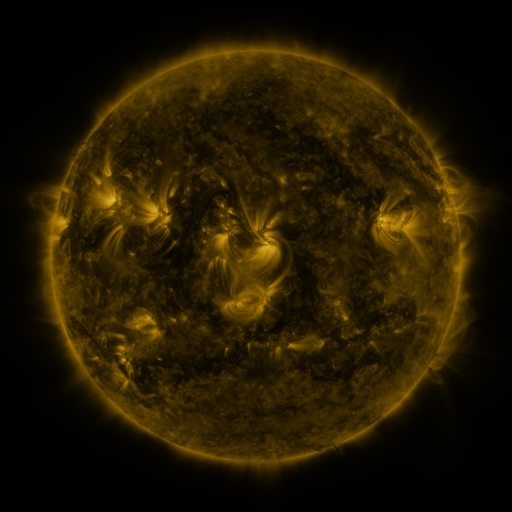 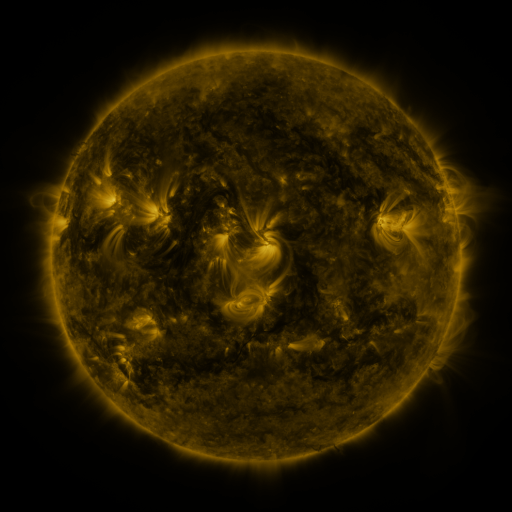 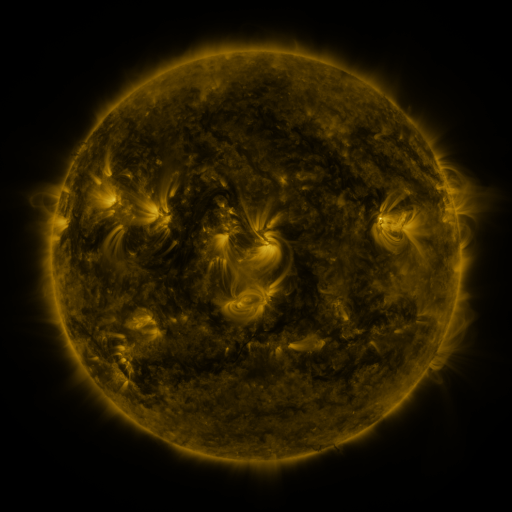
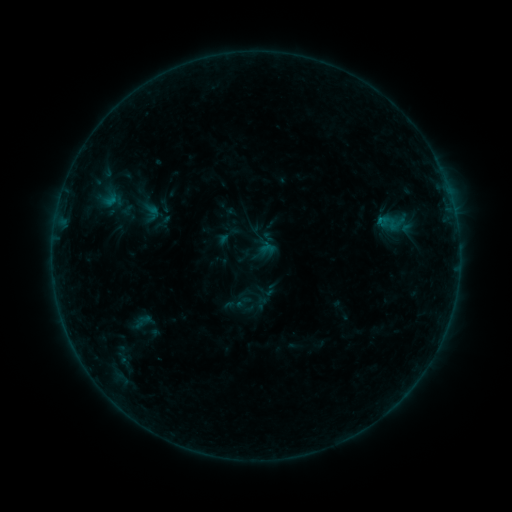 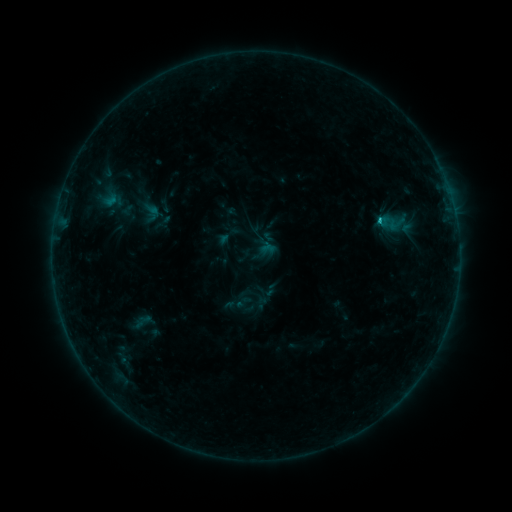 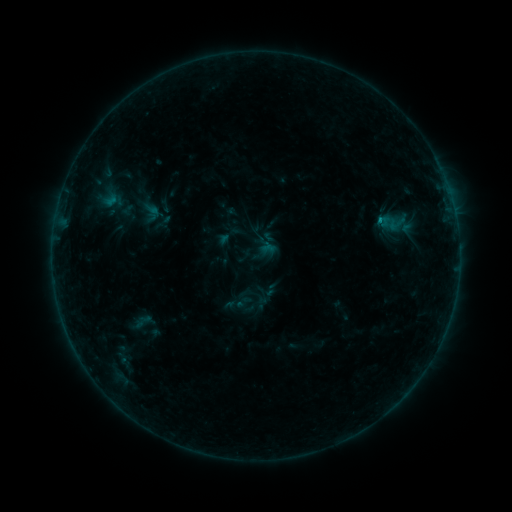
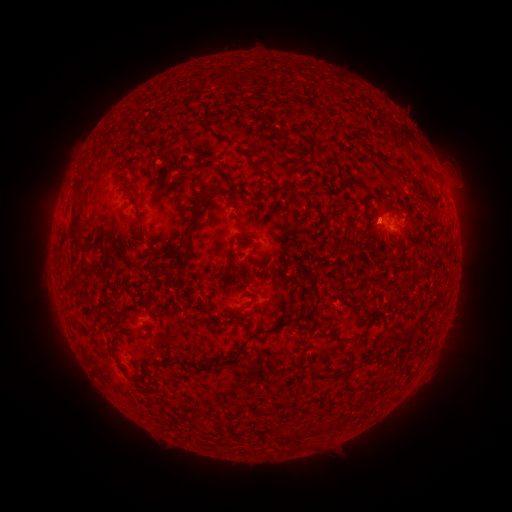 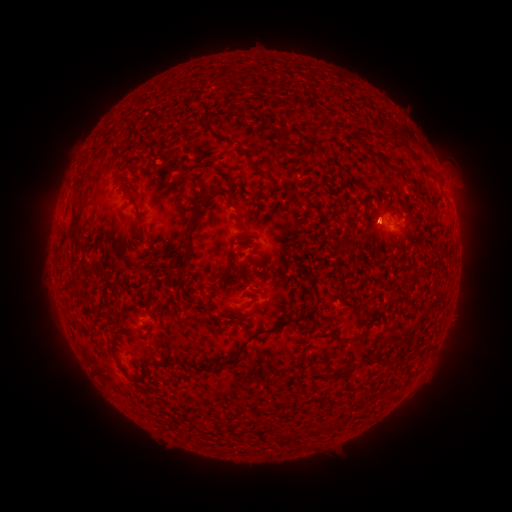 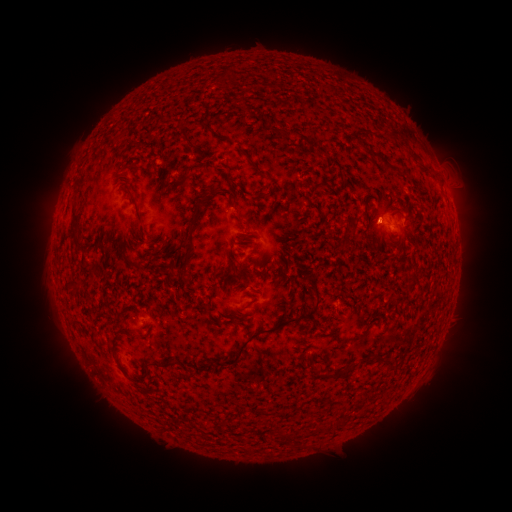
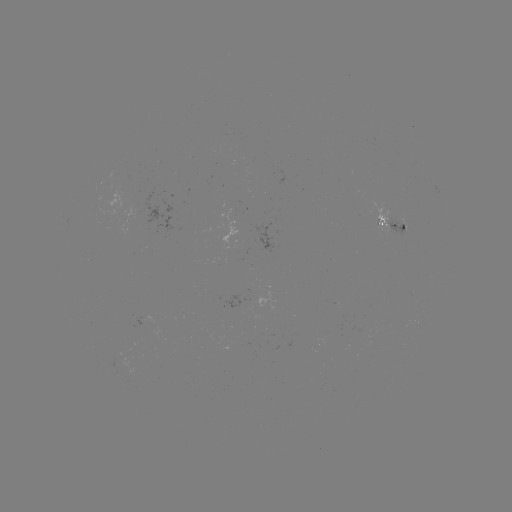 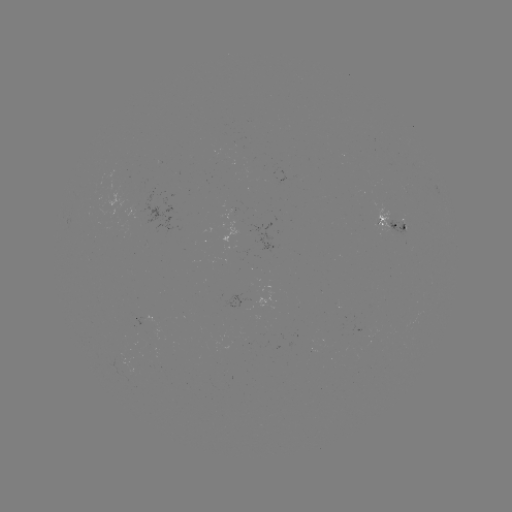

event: flare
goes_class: B4.6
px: (379, 221)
